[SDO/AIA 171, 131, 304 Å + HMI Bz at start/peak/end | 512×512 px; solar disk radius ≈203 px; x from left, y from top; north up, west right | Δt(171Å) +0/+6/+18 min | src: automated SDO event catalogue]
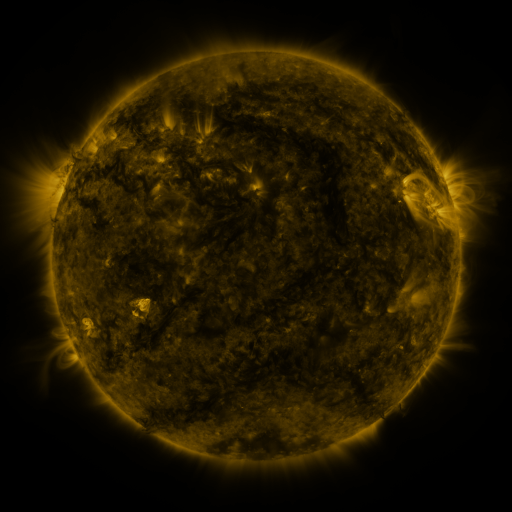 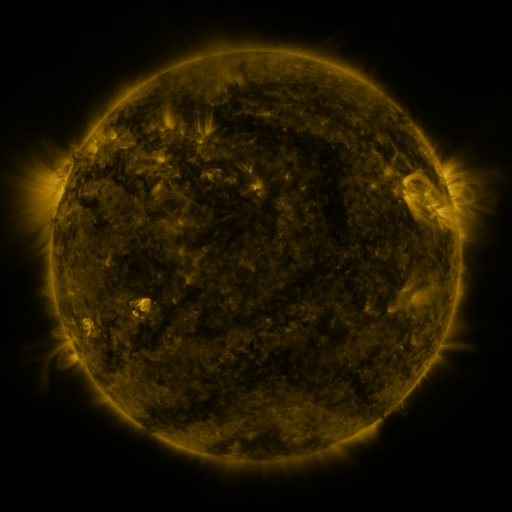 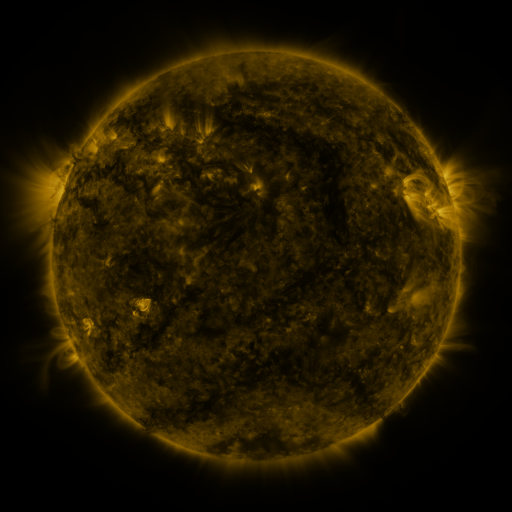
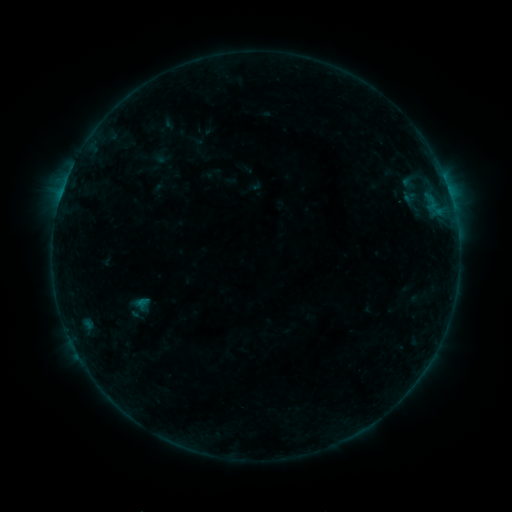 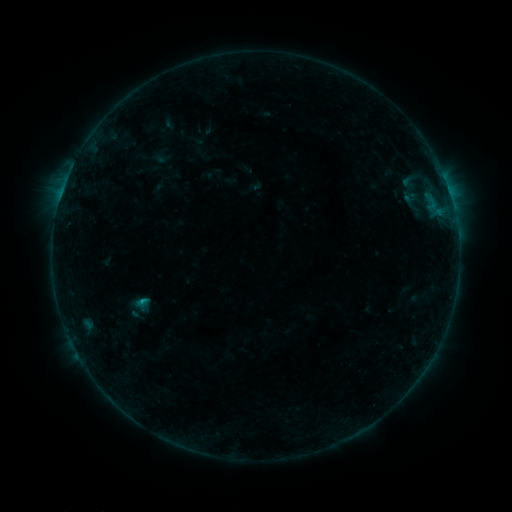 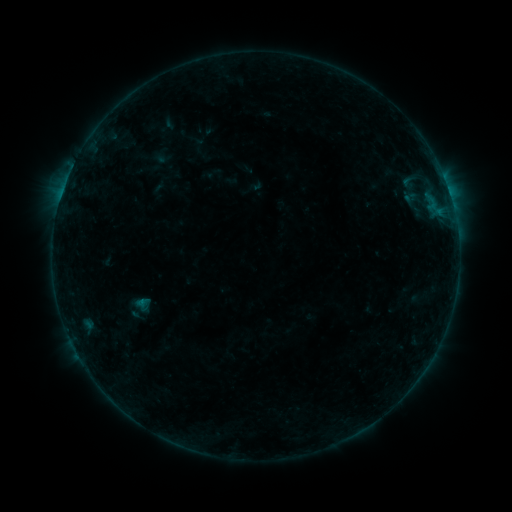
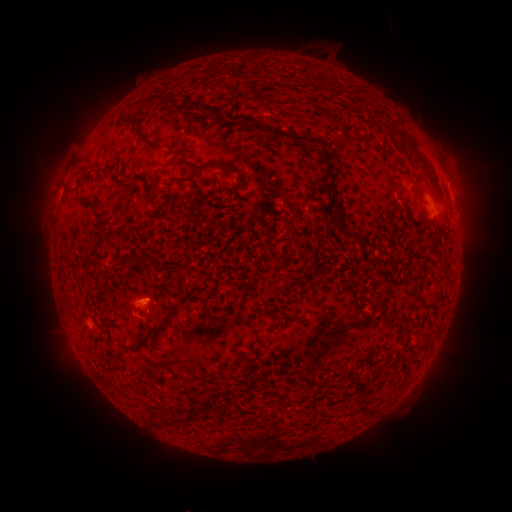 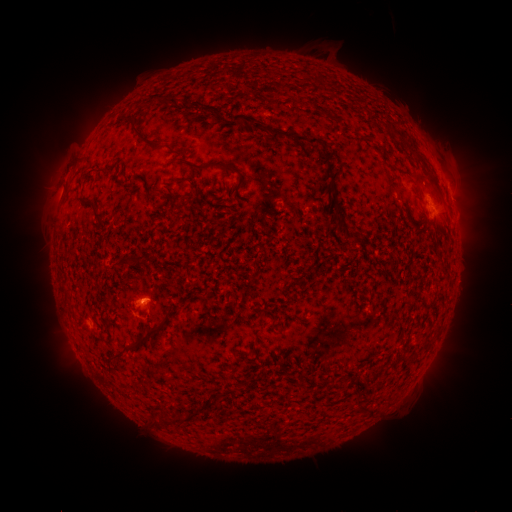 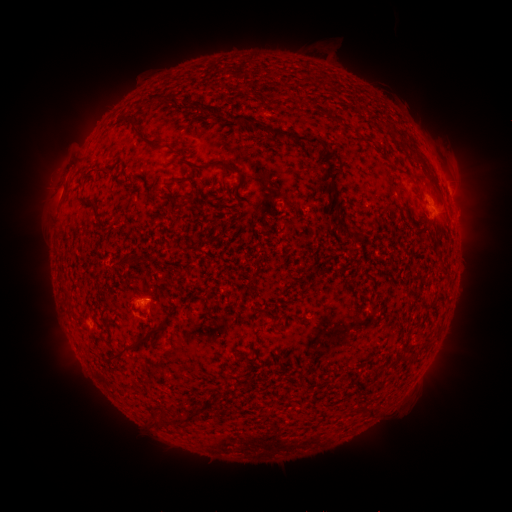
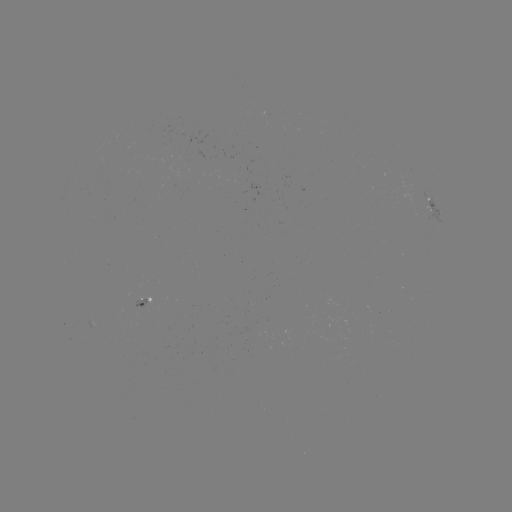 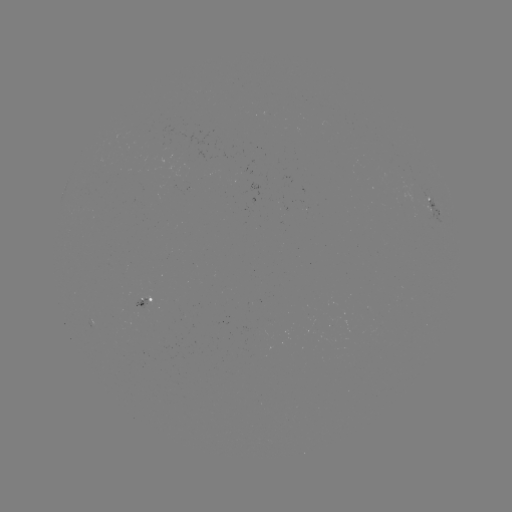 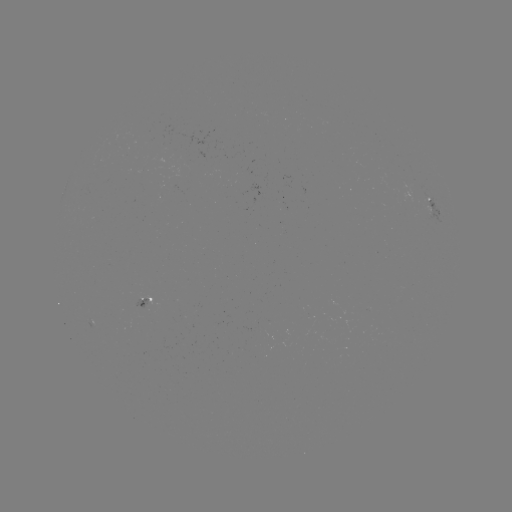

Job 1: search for B4.7 flare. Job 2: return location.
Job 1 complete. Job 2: (144, 300).